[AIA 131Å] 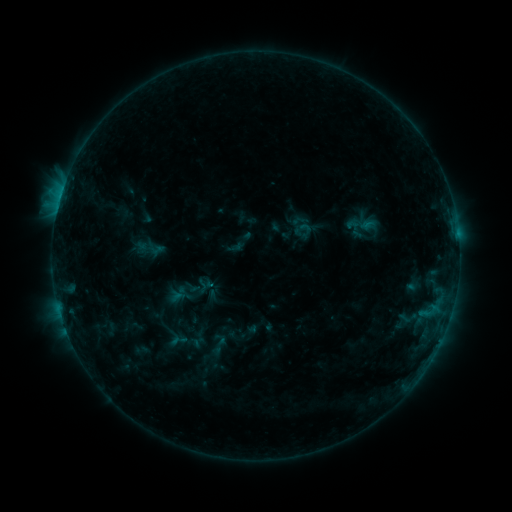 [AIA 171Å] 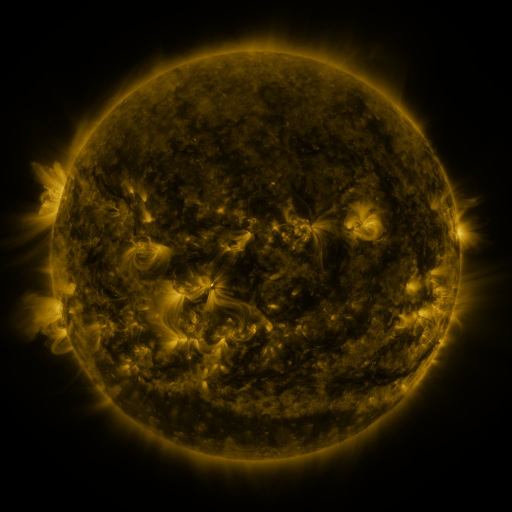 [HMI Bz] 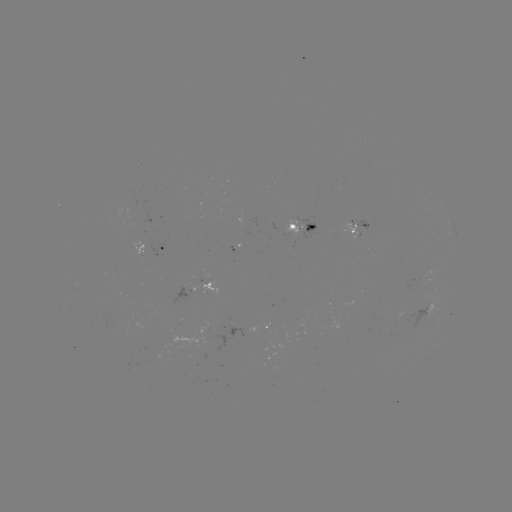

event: sigmoid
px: (218, 345)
